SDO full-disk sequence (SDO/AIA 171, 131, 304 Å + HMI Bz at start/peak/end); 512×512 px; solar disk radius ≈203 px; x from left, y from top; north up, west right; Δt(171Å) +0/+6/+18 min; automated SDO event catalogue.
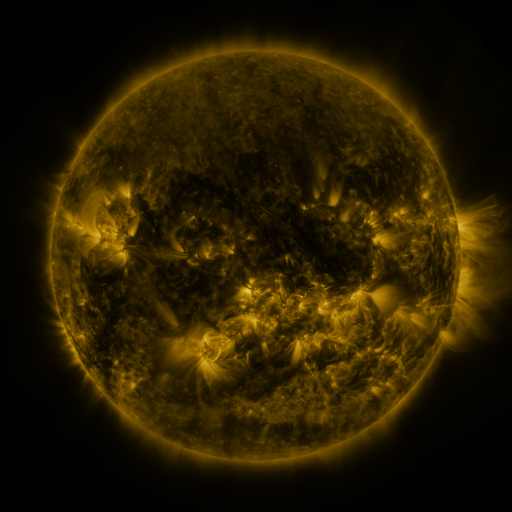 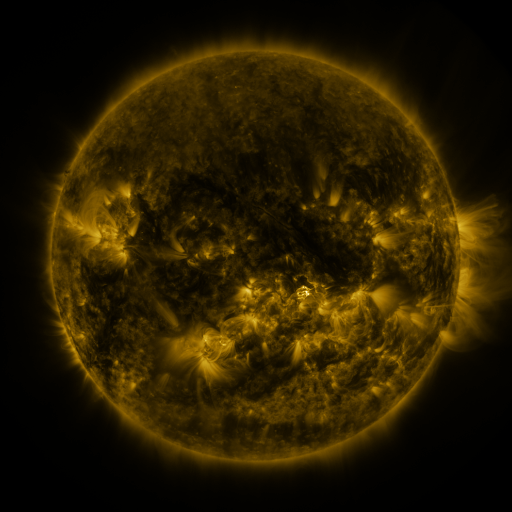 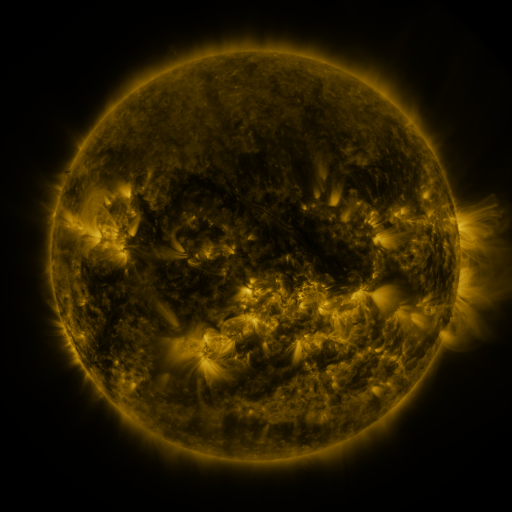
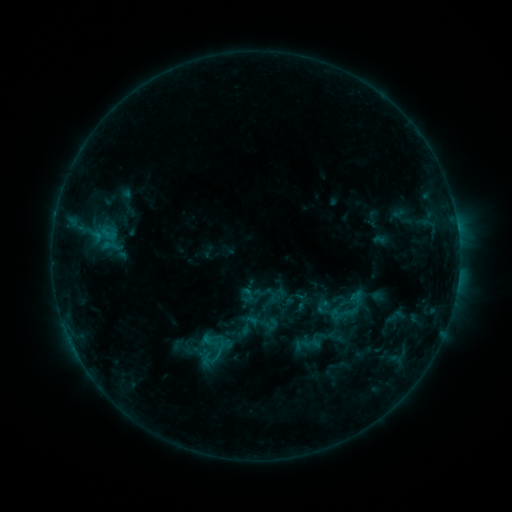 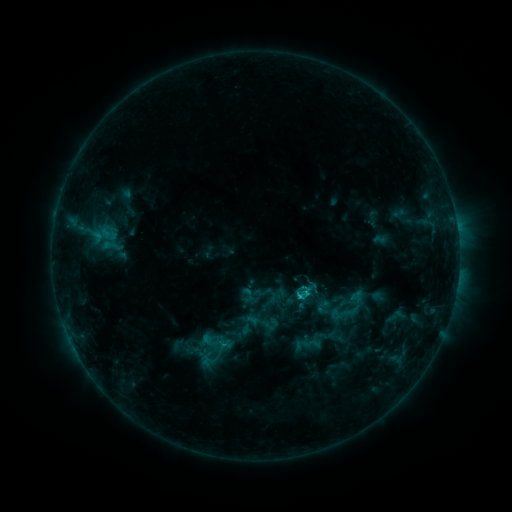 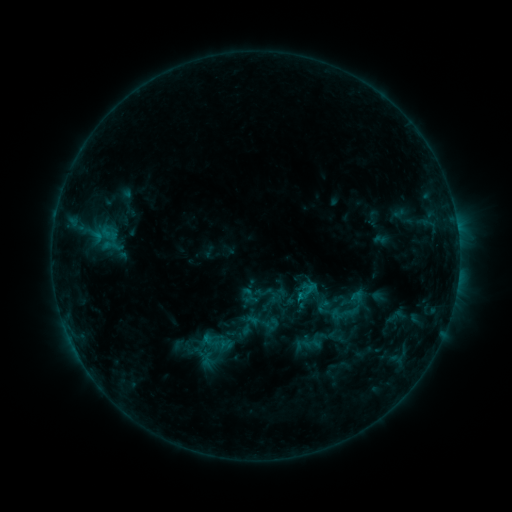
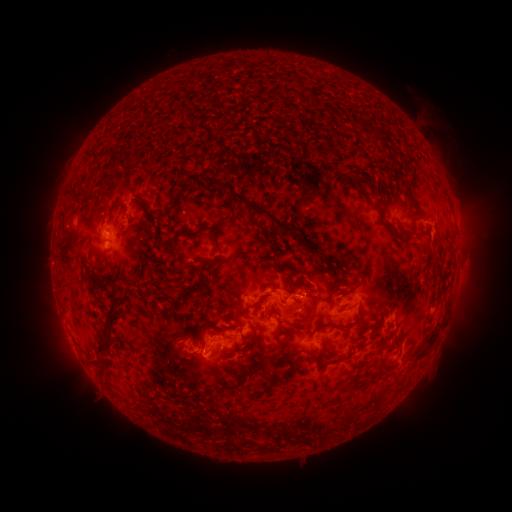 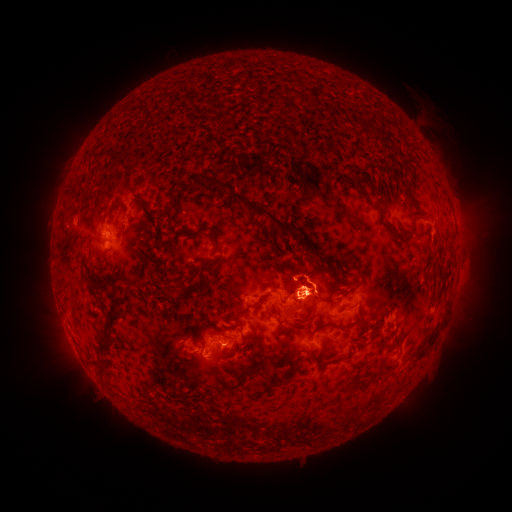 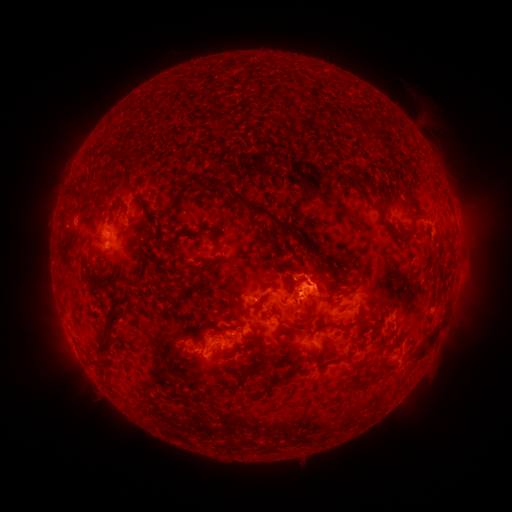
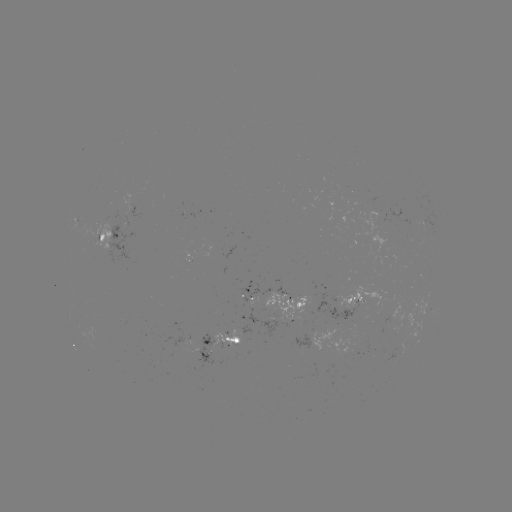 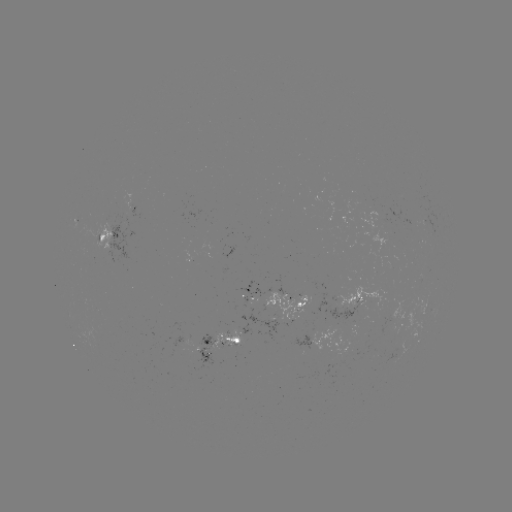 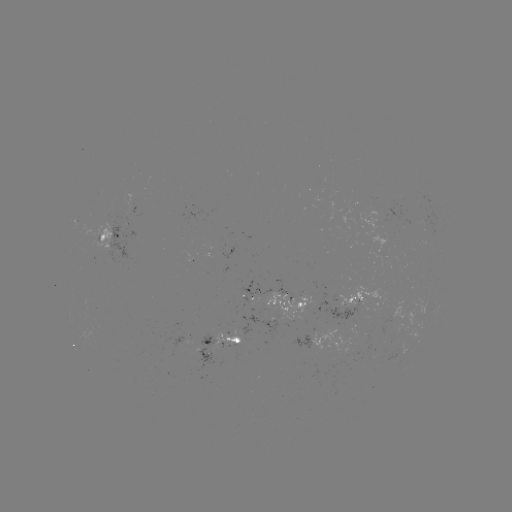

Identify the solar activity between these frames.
C1.2 flare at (298, 294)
